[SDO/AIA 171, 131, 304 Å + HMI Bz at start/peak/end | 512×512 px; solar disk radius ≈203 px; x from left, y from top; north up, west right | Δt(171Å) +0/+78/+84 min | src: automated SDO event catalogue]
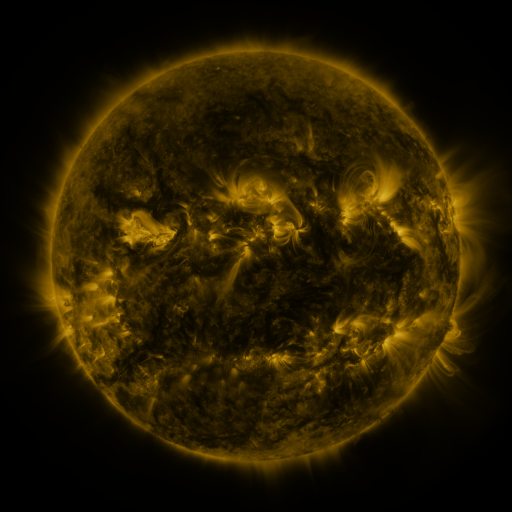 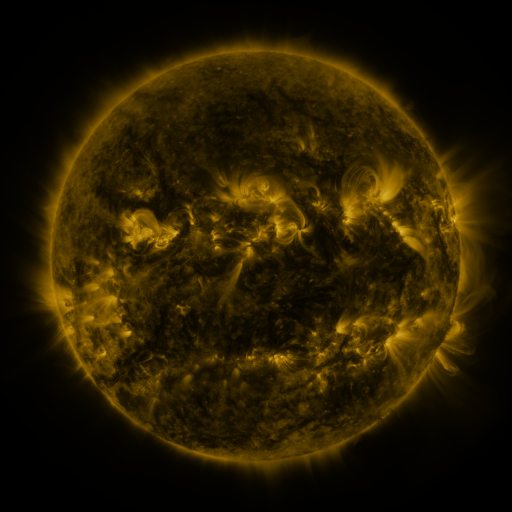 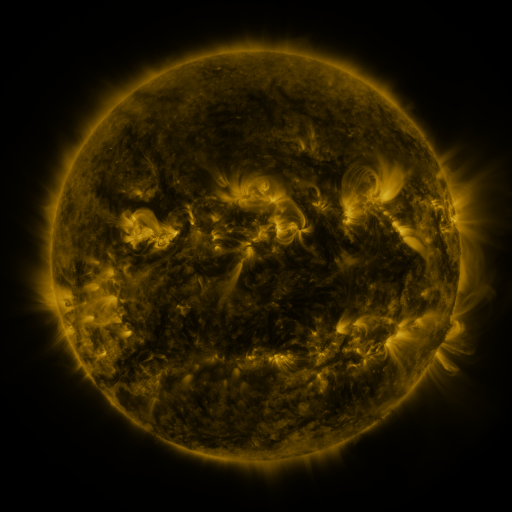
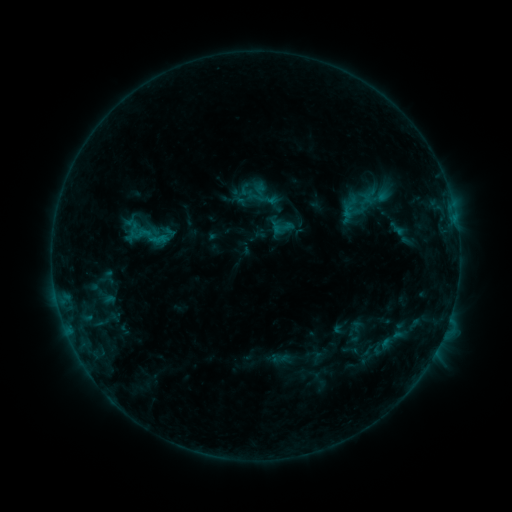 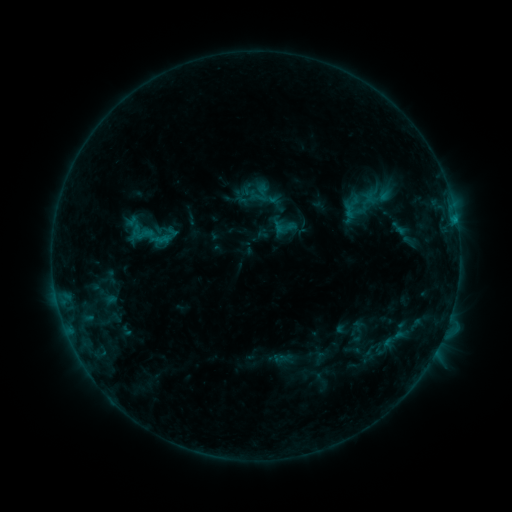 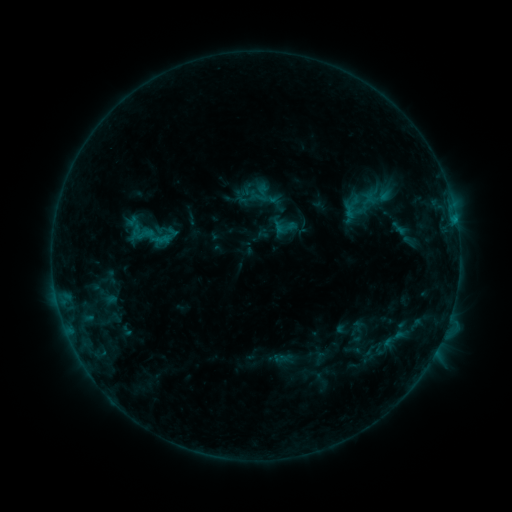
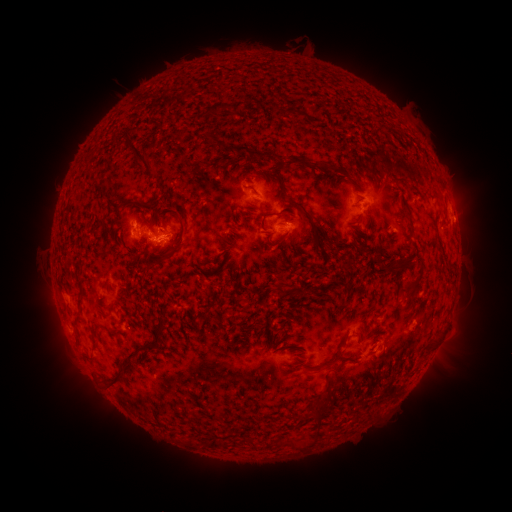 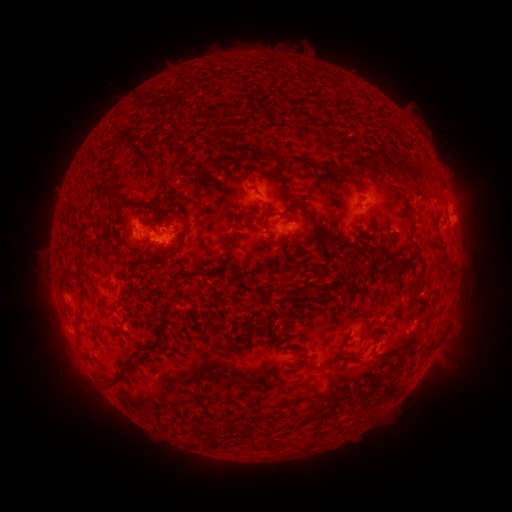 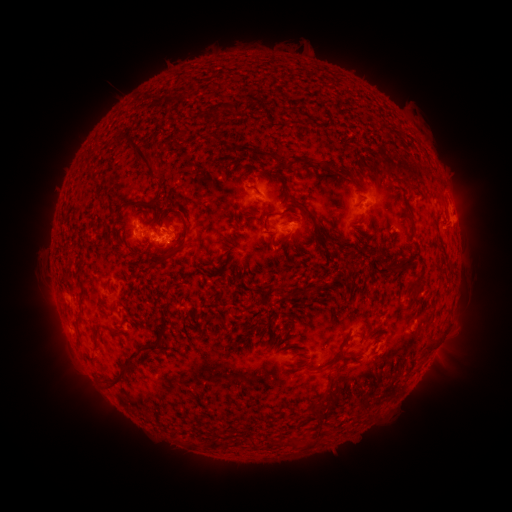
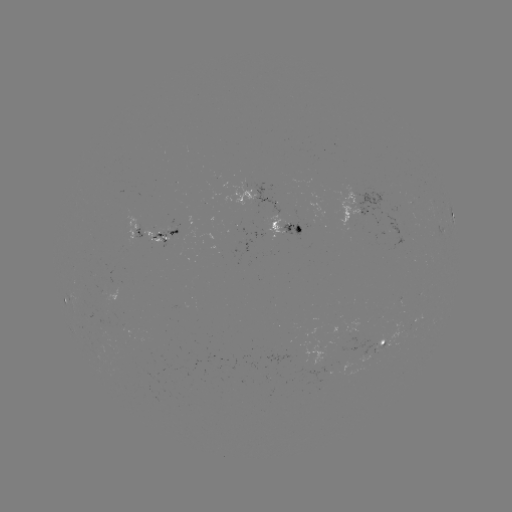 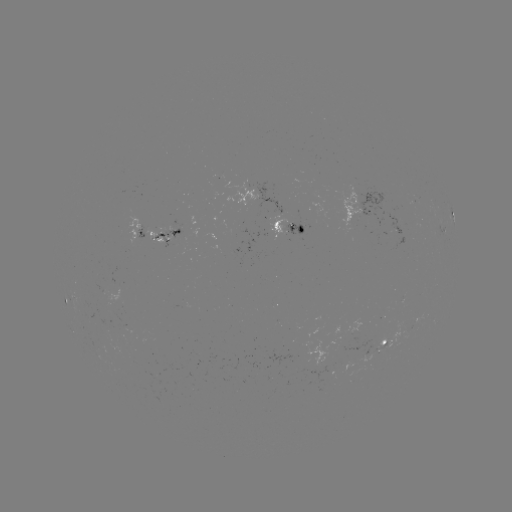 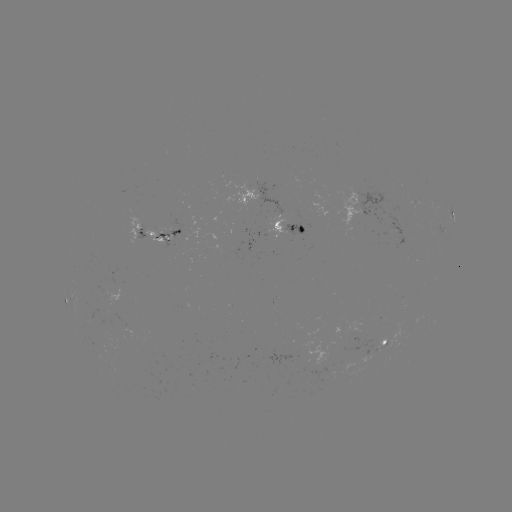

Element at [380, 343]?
emerging-flux region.